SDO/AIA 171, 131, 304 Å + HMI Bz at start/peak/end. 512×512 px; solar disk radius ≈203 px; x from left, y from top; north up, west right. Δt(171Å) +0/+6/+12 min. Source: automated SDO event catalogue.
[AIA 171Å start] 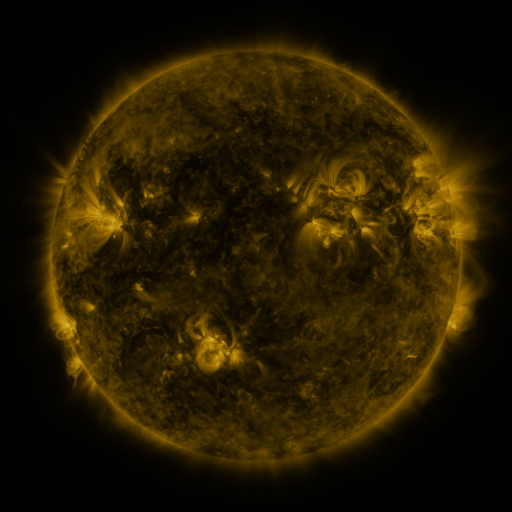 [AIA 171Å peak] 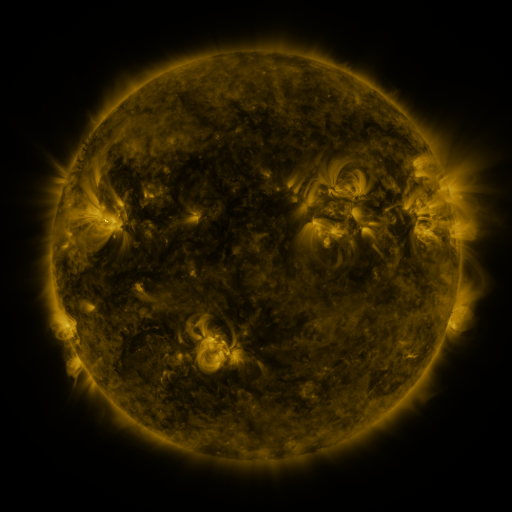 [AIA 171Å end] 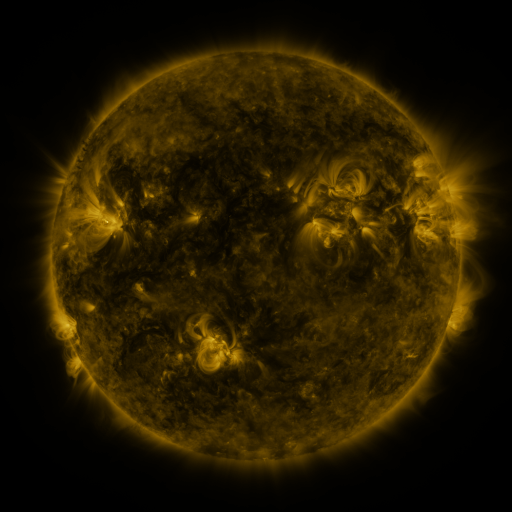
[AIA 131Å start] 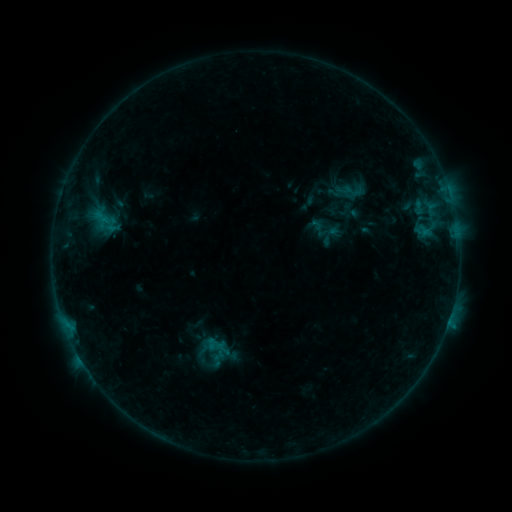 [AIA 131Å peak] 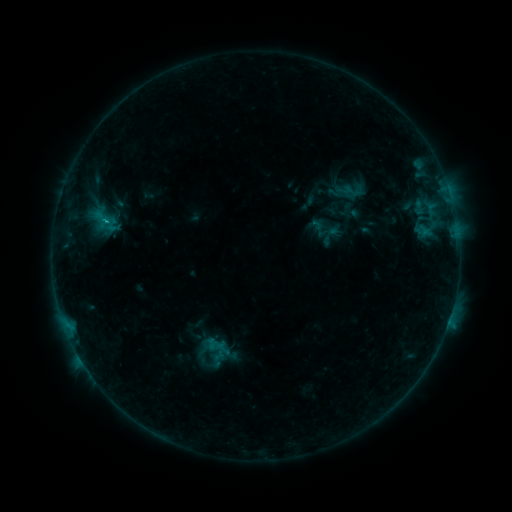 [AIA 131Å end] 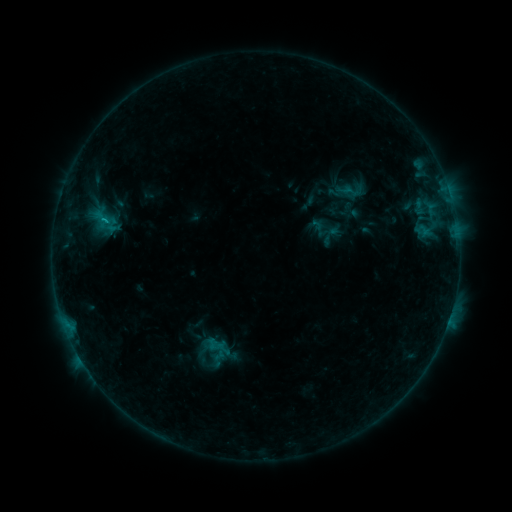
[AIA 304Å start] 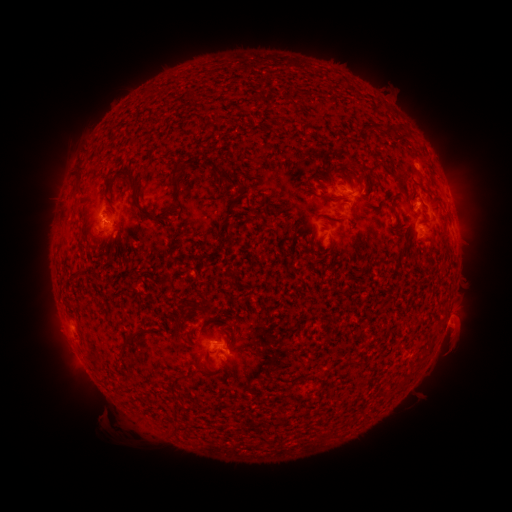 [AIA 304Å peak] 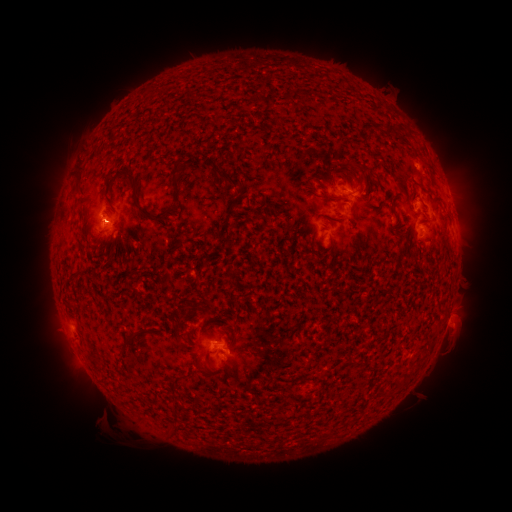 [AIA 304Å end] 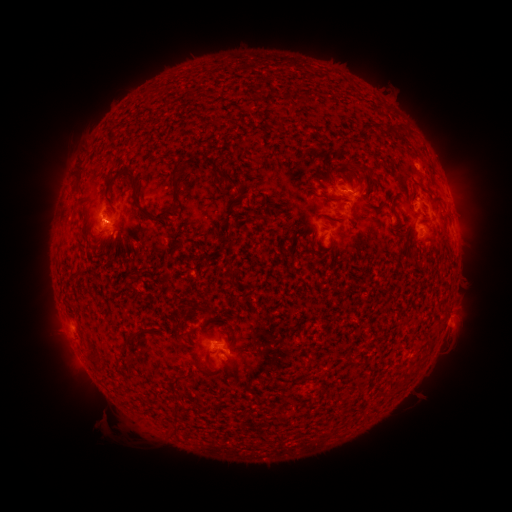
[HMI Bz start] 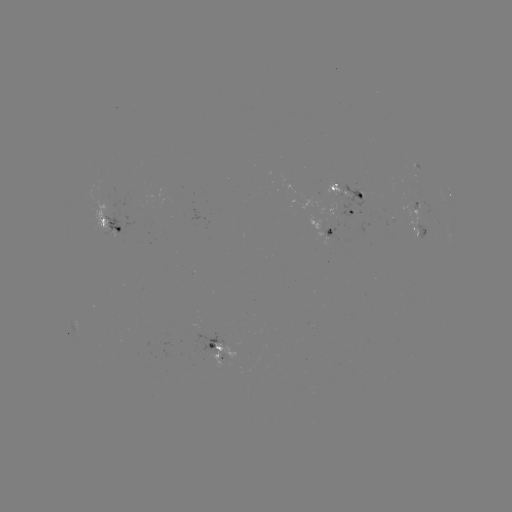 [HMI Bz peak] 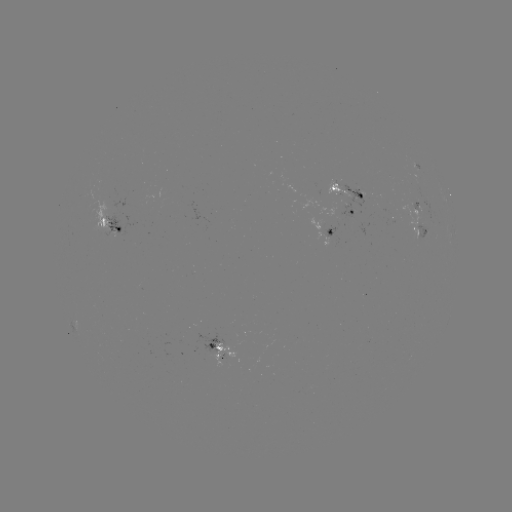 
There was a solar flare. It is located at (106, 223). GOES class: B6.5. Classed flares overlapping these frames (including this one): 1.